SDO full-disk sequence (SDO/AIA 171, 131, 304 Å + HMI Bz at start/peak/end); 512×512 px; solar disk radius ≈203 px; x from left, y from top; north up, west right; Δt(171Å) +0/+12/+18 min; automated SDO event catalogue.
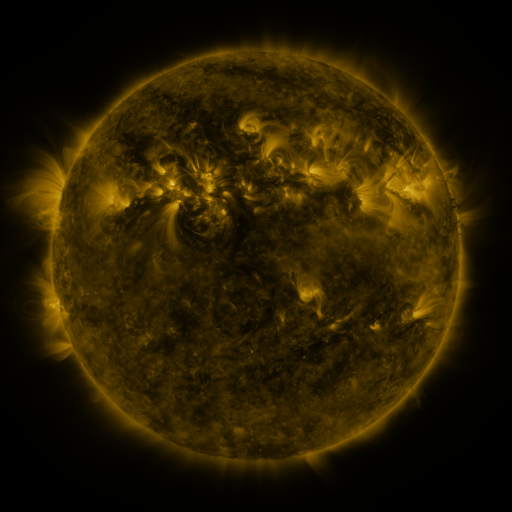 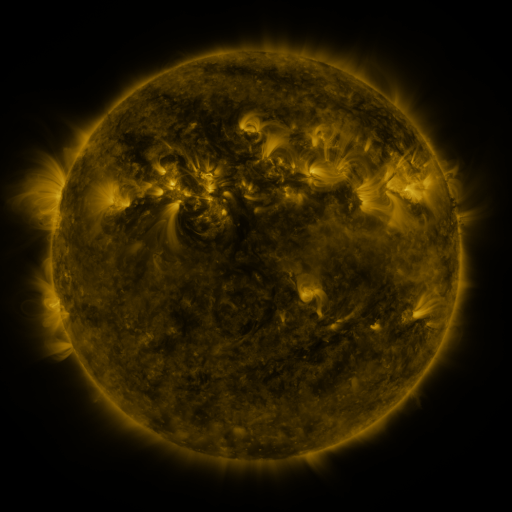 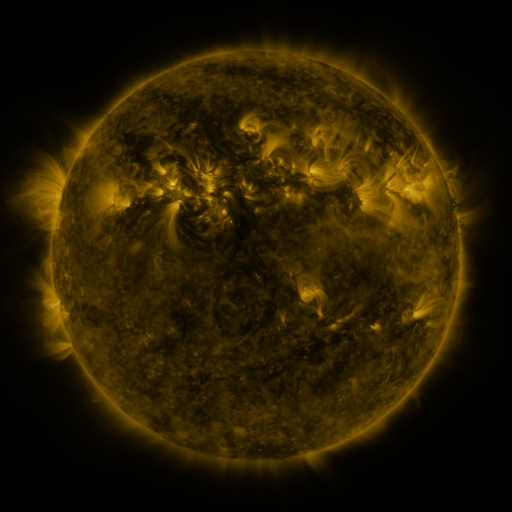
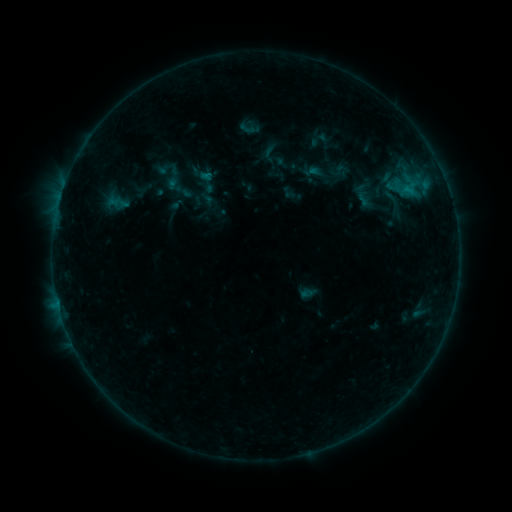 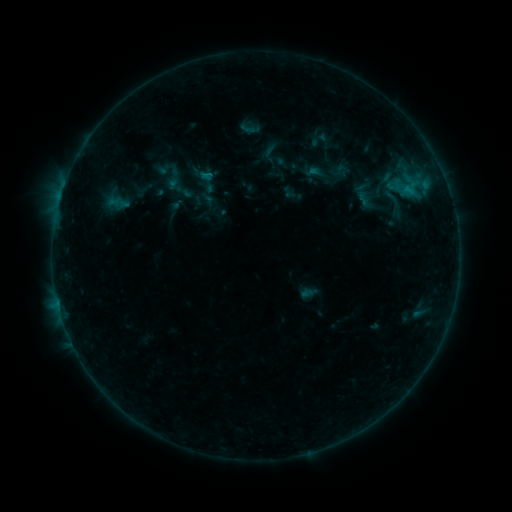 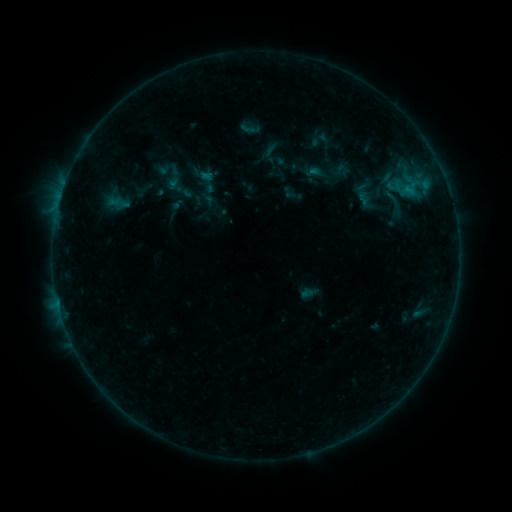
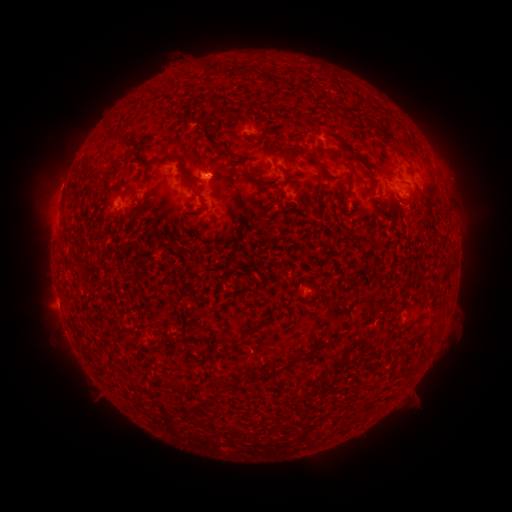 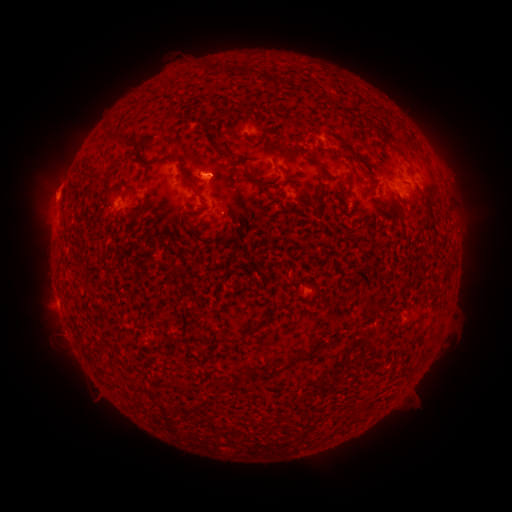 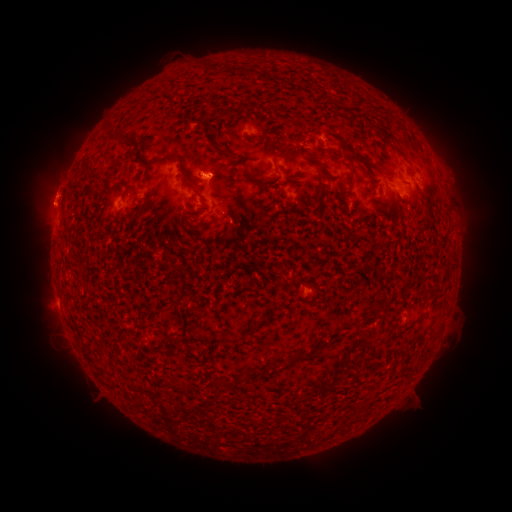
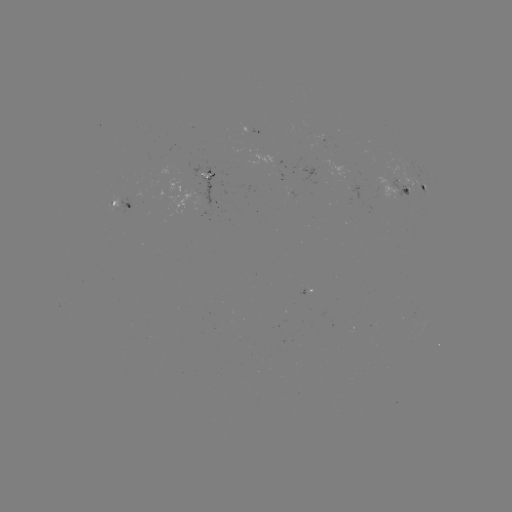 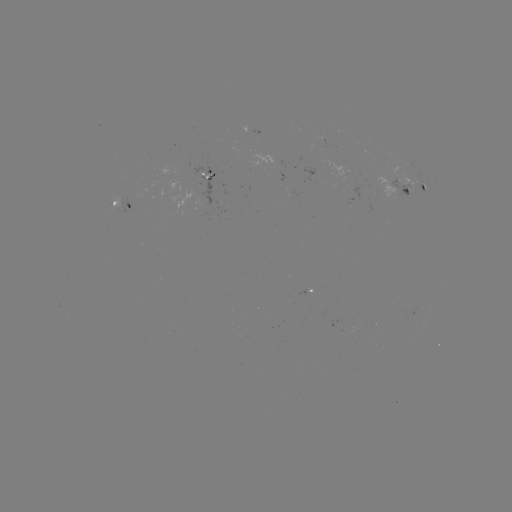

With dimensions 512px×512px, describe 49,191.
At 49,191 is eruption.